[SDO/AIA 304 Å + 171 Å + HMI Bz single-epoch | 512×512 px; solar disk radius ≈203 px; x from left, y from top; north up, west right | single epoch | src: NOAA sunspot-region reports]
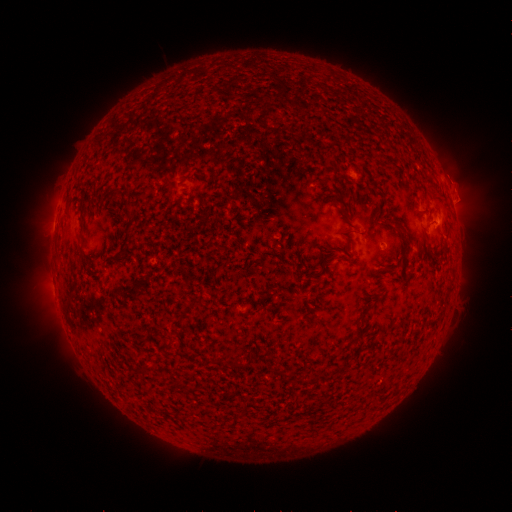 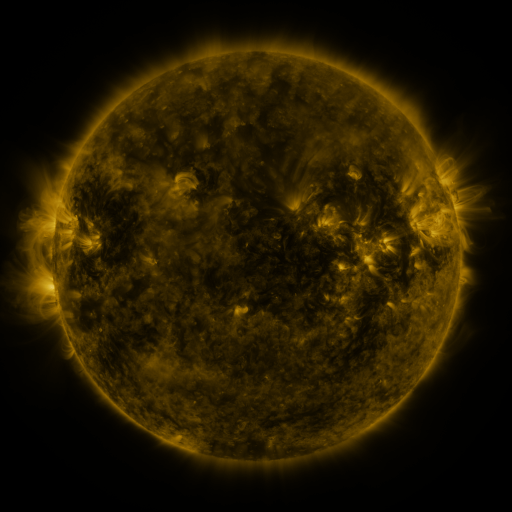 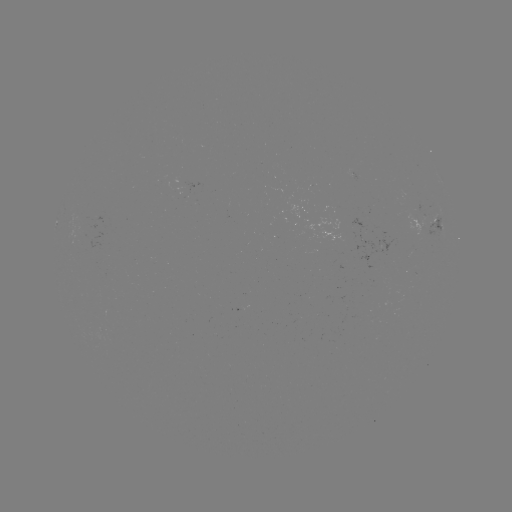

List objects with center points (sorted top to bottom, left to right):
spotted active region: (438, 218)
spotted active region: (369, 240)
